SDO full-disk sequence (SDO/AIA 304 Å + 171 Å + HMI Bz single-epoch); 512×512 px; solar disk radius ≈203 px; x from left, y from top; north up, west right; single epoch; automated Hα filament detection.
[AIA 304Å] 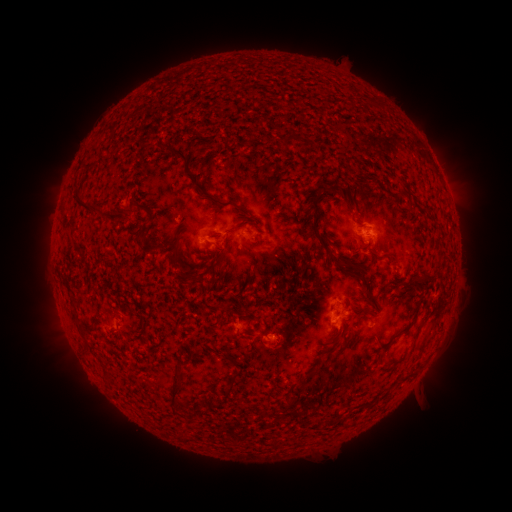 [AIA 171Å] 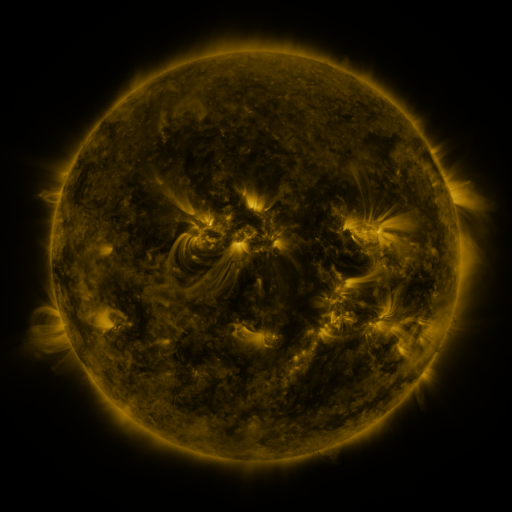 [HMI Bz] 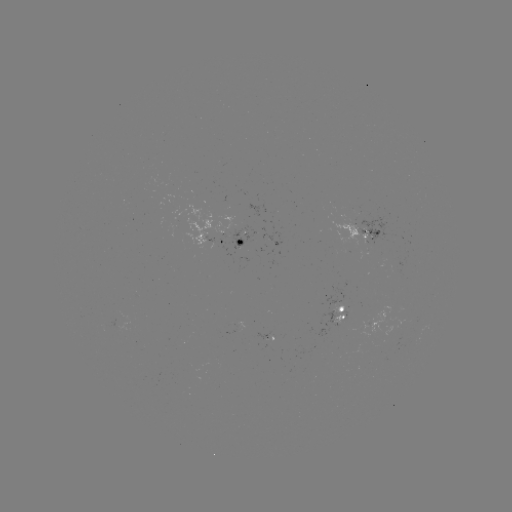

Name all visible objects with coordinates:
filament: (370, 99)
filament: (287, 139)
filament: (176, 154)
filament: (402, 189)
filament: (199, 190)
filament: (235, 207)
filament: (84, 209)
filament: (116, 218)
filament: (316, 235)
filament: (144, 240)
filament: (148, 250)
filament: (308, 255)
filament: (174, 257)
filament: (217, 257)
filament: (419, 276)
filament: (186, 278)
filament: (367, 290)
filament: (423, 320)
filament: (340, 331)
filament: (83, 334)
filament: (336, 349)
filament: (230, 358)
filament: (233, 385)
filament: (176, 396)
